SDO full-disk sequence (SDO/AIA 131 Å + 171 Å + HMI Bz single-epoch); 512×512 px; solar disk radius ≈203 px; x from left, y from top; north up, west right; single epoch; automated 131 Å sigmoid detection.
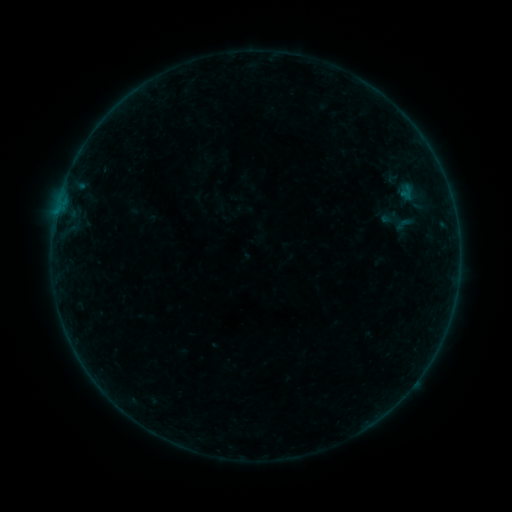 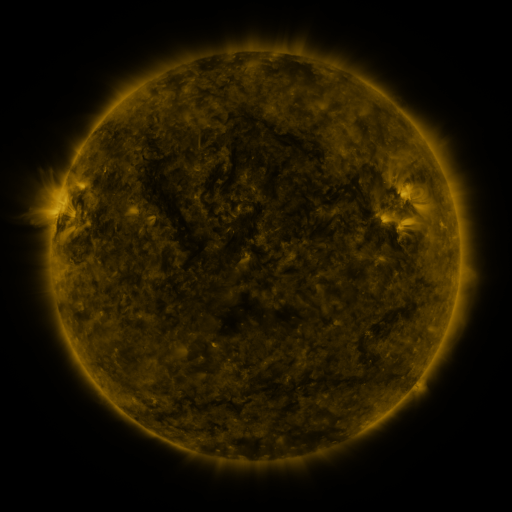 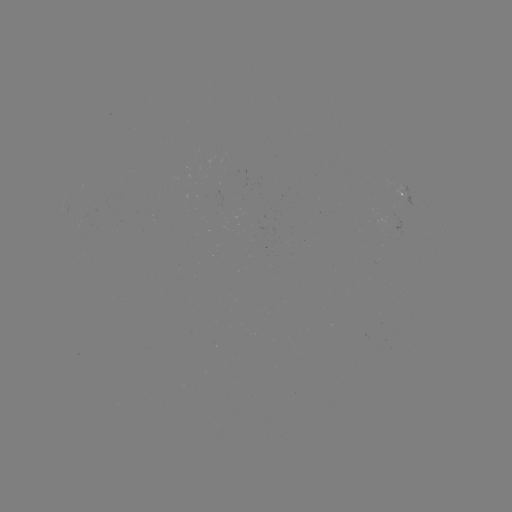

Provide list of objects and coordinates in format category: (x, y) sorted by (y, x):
sigmoid: (404, 224)
